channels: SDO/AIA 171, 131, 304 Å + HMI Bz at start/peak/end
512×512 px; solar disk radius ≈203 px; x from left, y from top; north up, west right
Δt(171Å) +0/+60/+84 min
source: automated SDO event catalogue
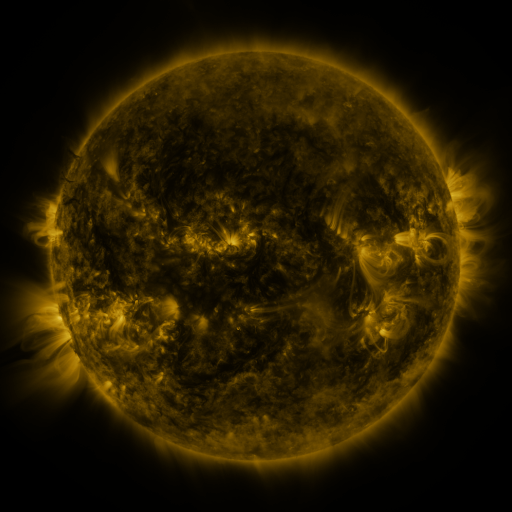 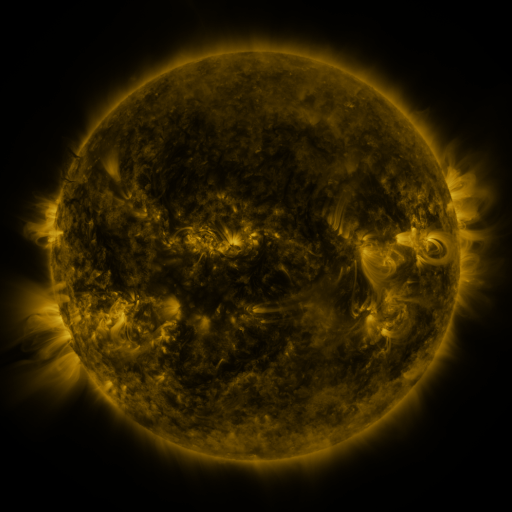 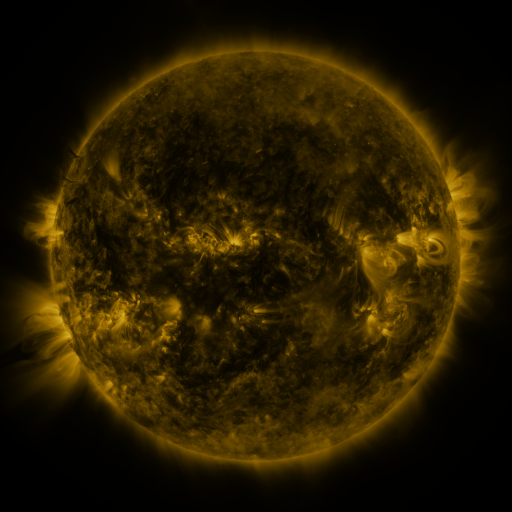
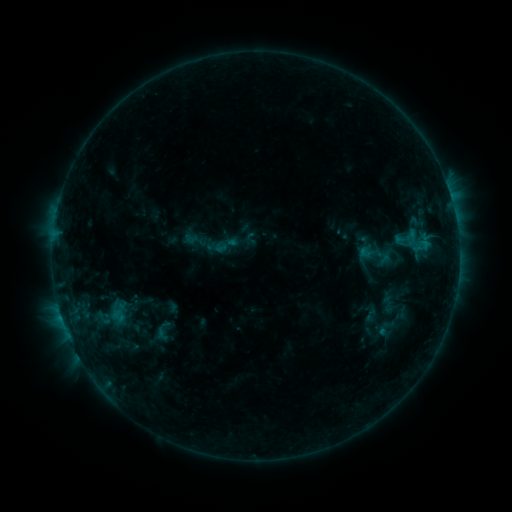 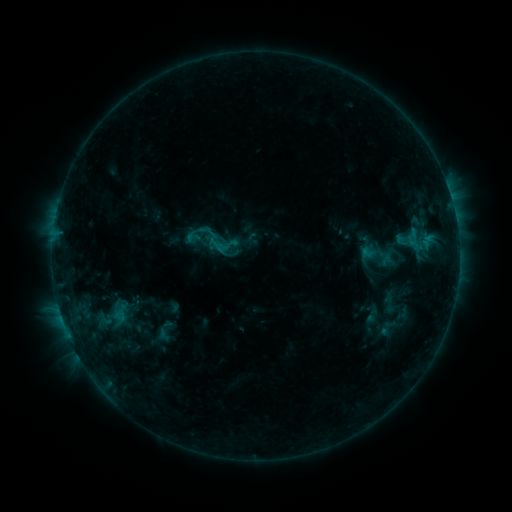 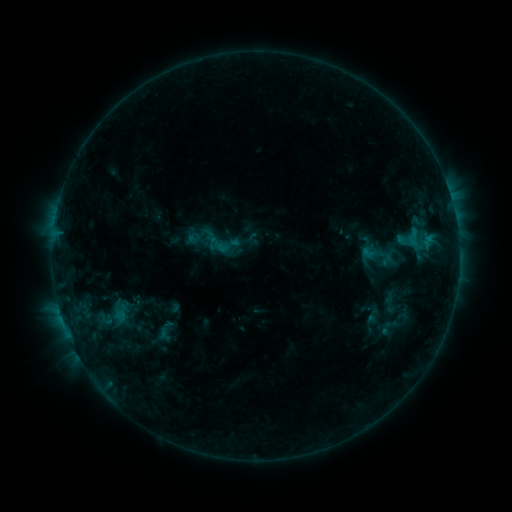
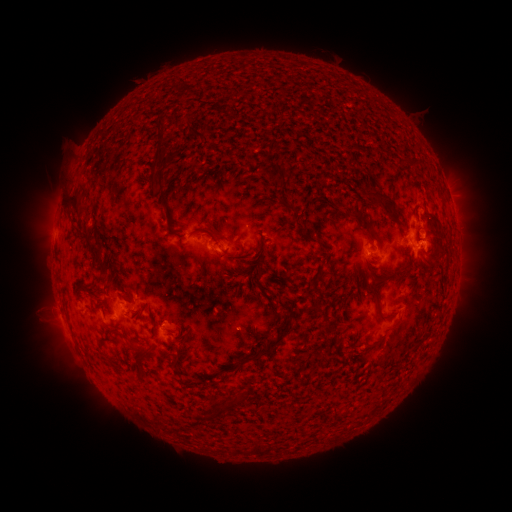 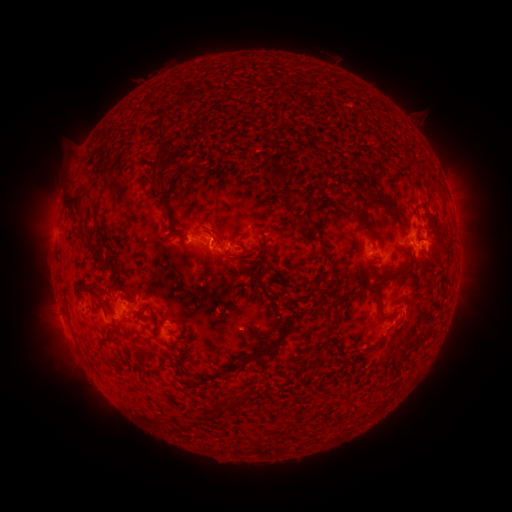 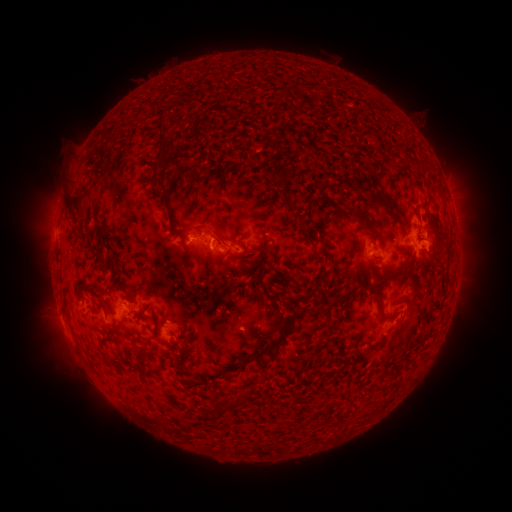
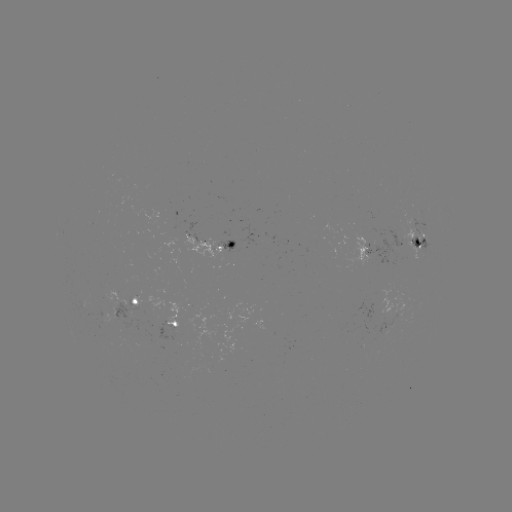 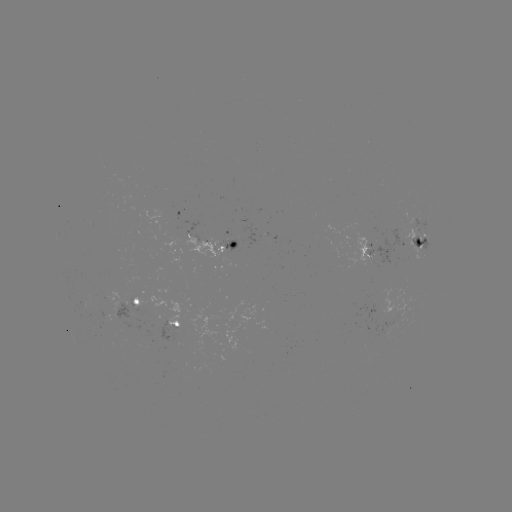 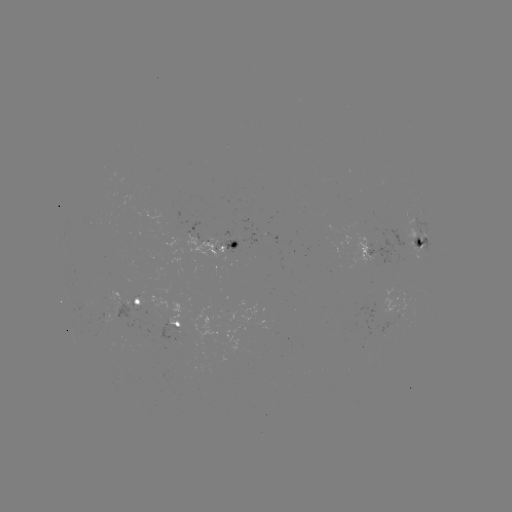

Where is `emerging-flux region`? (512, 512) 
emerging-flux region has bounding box [113, 297, 146, 331].